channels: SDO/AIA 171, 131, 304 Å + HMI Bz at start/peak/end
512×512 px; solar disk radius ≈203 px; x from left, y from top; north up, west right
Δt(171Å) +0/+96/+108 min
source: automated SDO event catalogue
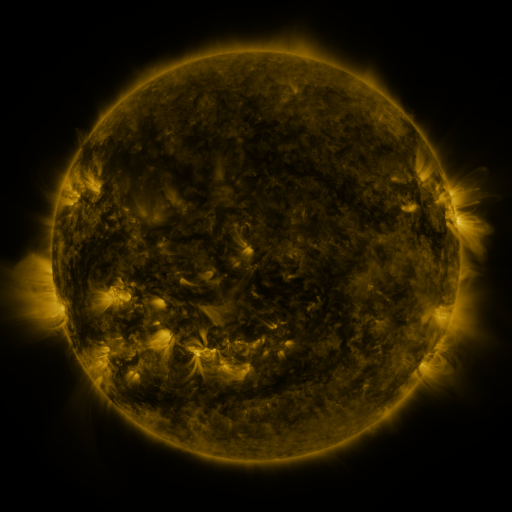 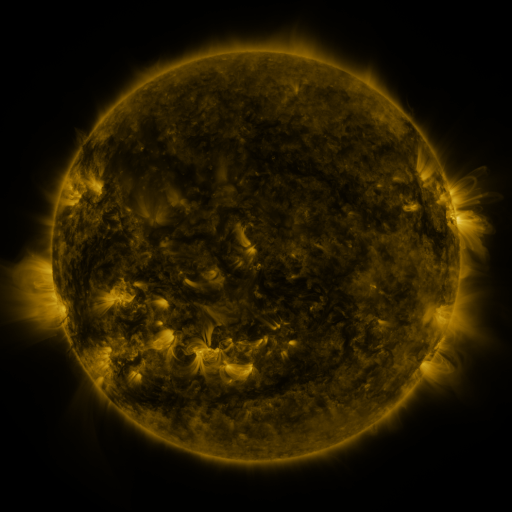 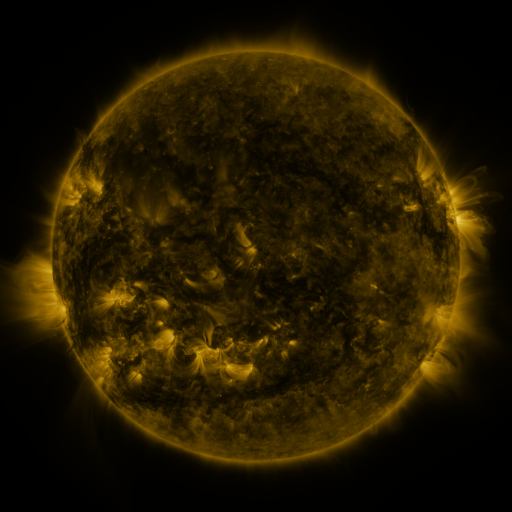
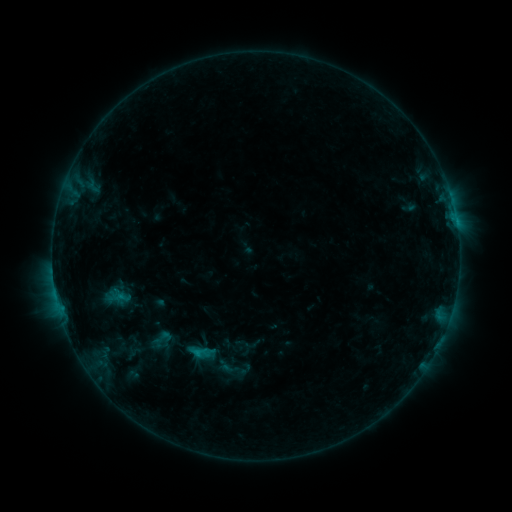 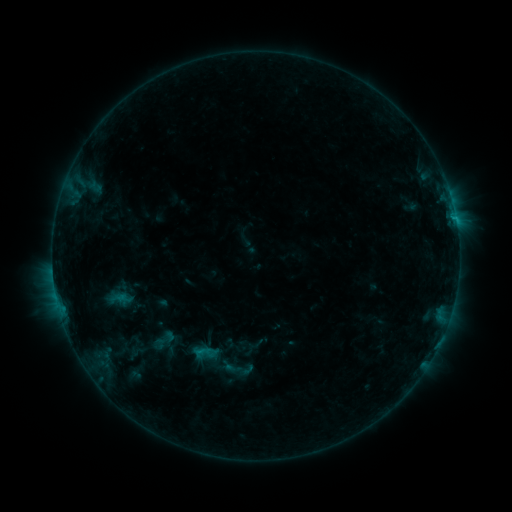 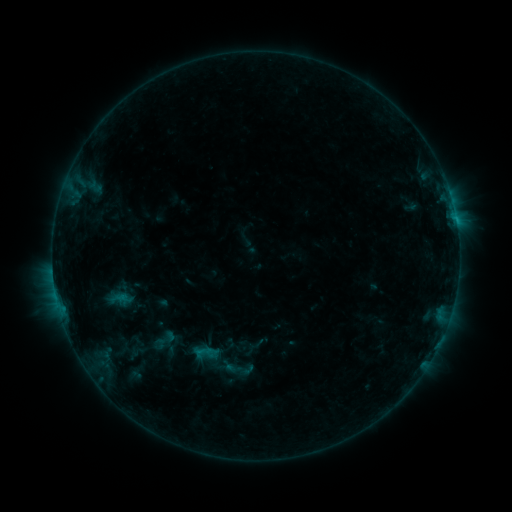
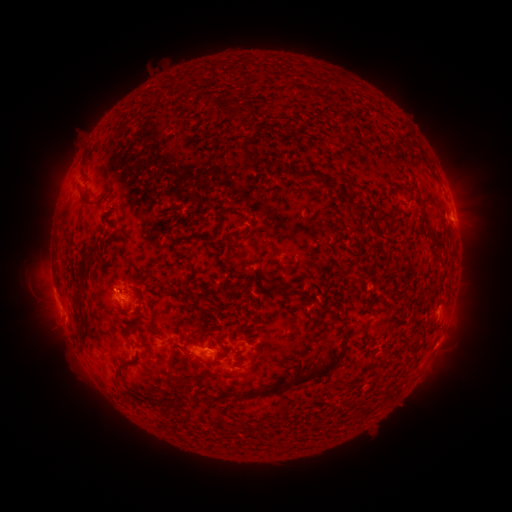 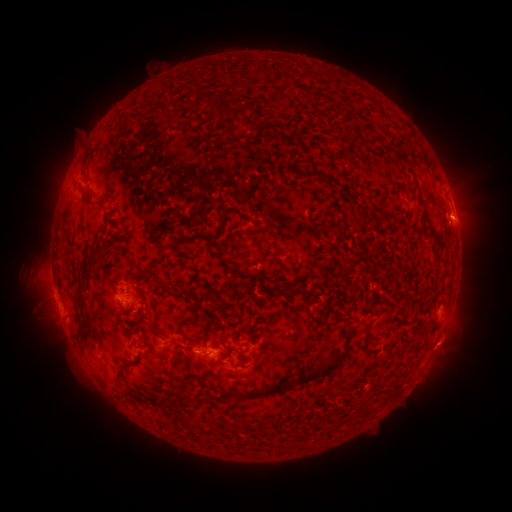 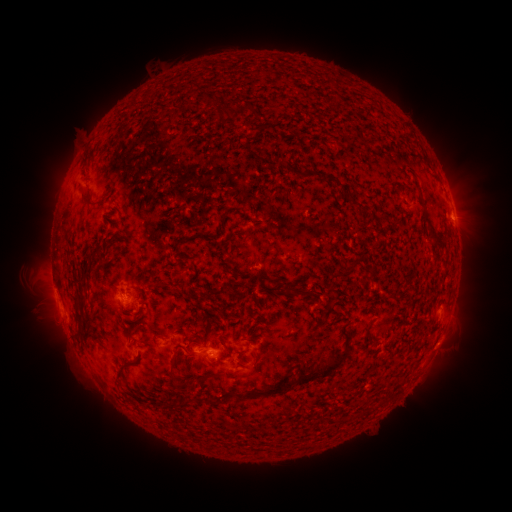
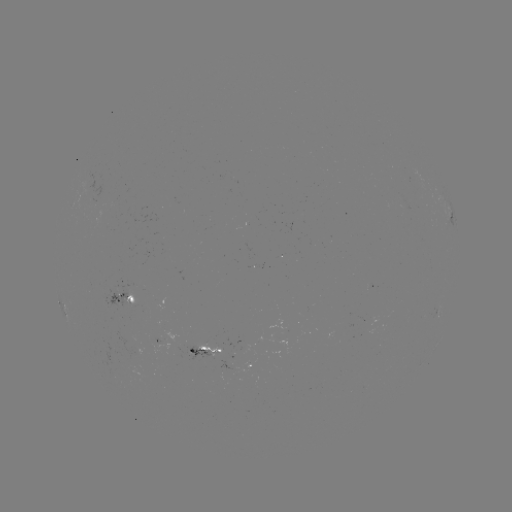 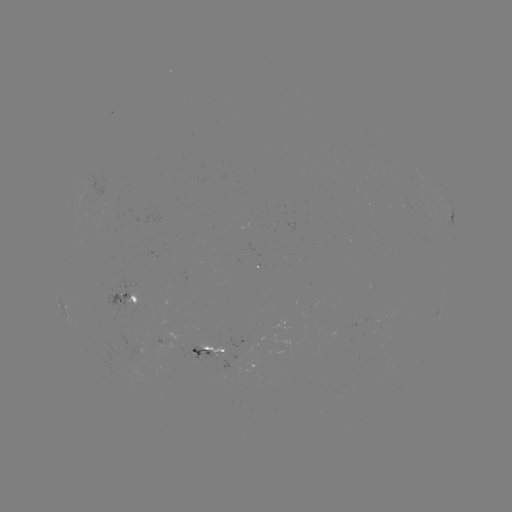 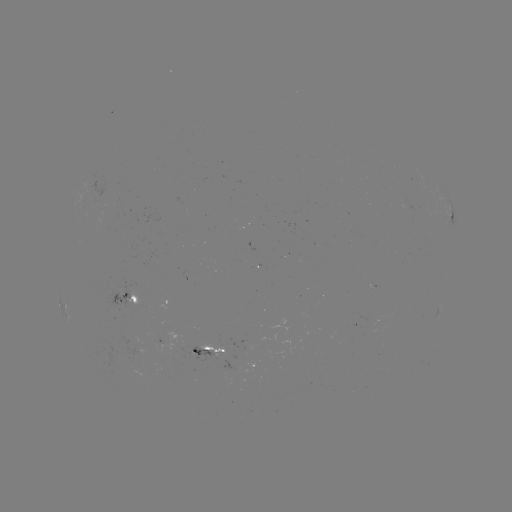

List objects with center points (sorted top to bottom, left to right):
emerging-flux region: (225, 351)
